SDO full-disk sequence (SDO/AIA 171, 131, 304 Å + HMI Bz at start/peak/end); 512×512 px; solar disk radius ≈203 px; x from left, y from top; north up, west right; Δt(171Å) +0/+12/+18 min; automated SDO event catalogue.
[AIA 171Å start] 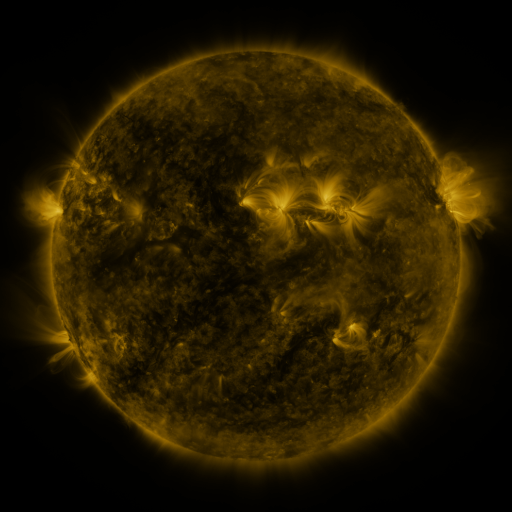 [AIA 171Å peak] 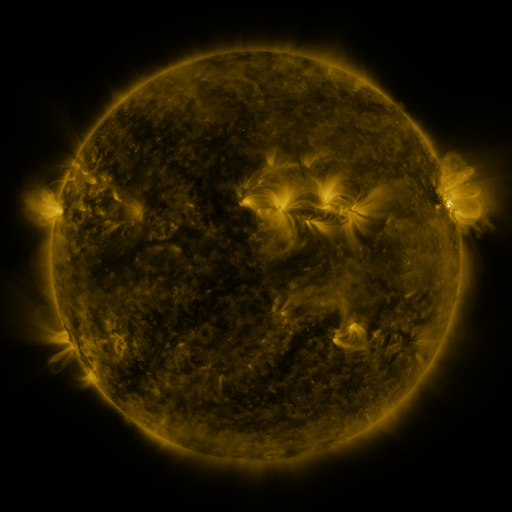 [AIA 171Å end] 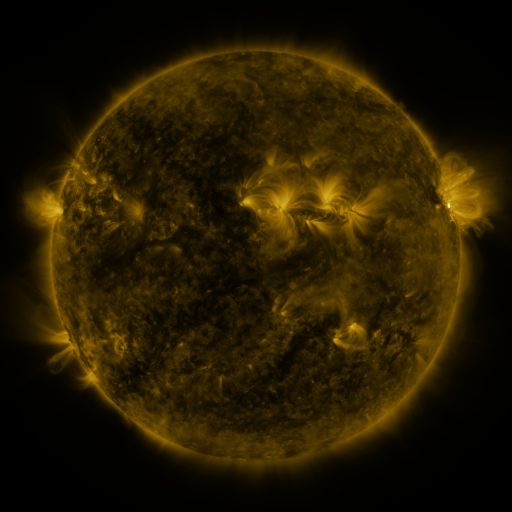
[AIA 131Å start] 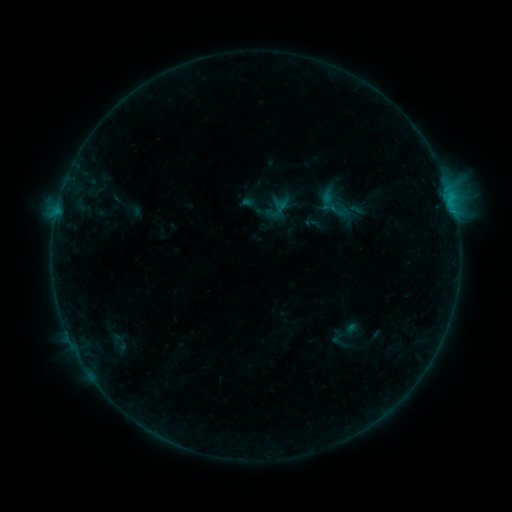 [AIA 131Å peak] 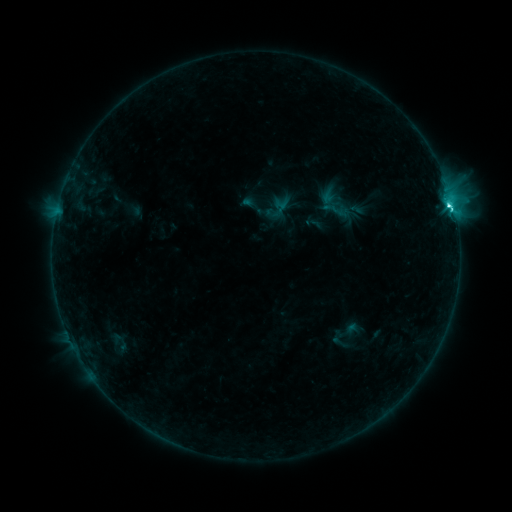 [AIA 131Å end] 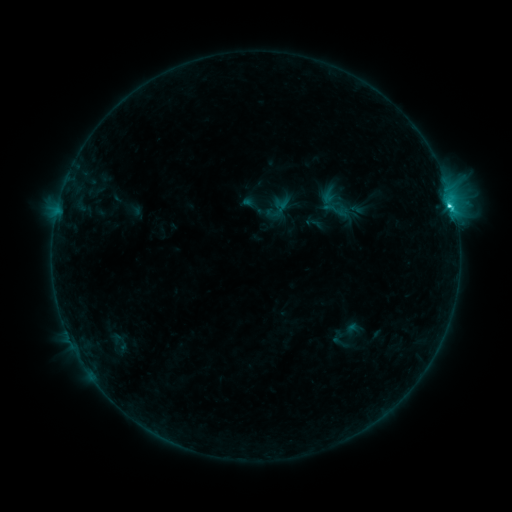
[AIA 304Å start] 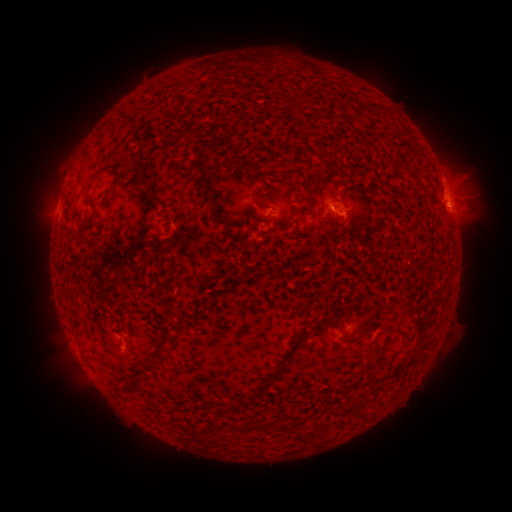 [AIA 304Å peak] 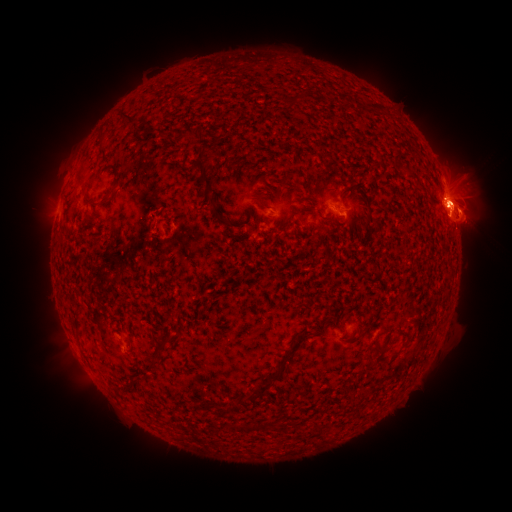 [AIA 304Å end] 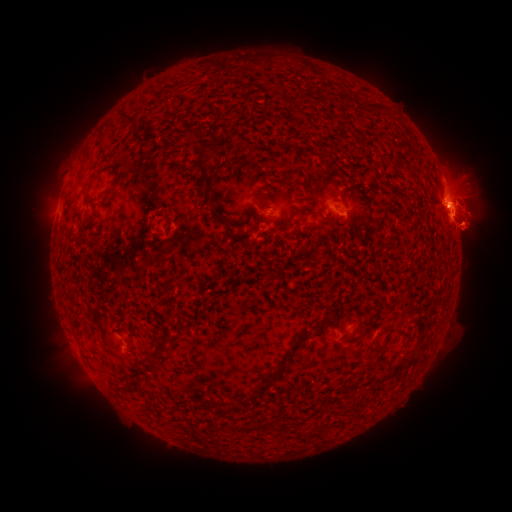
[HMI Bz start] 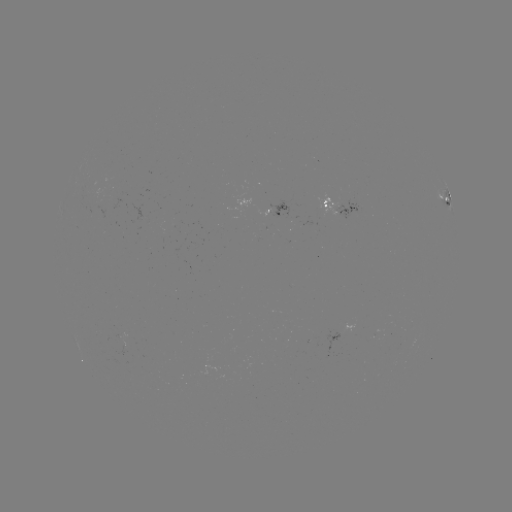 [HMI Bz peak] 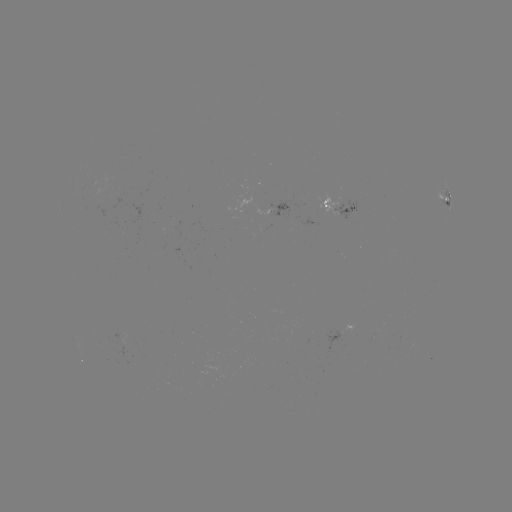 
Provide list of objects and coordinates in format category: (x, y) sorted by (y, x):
C3.9 flare: (449, 207)
